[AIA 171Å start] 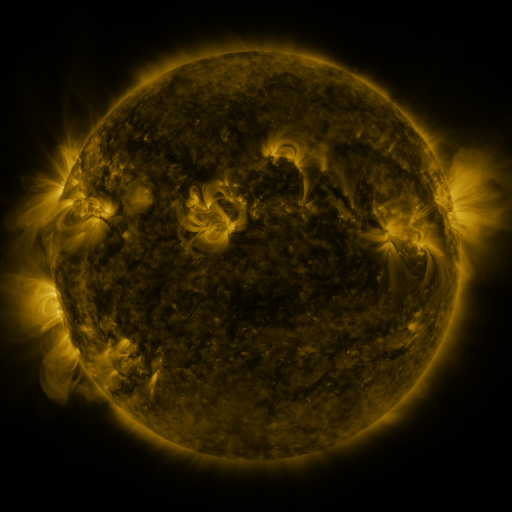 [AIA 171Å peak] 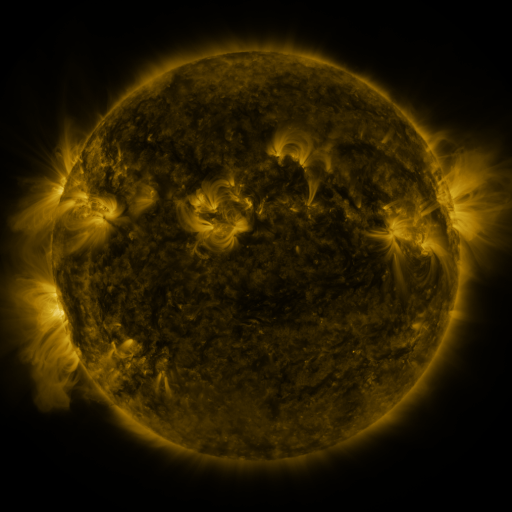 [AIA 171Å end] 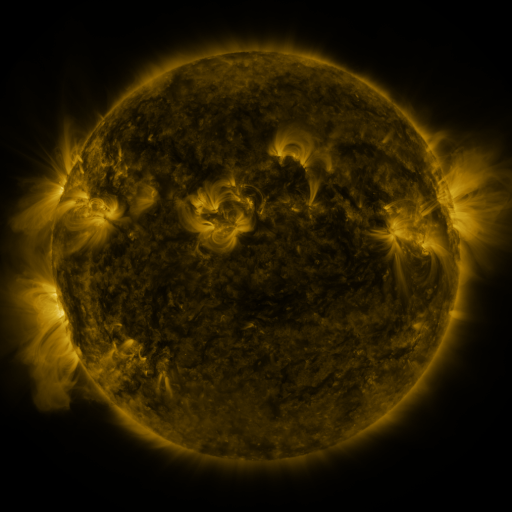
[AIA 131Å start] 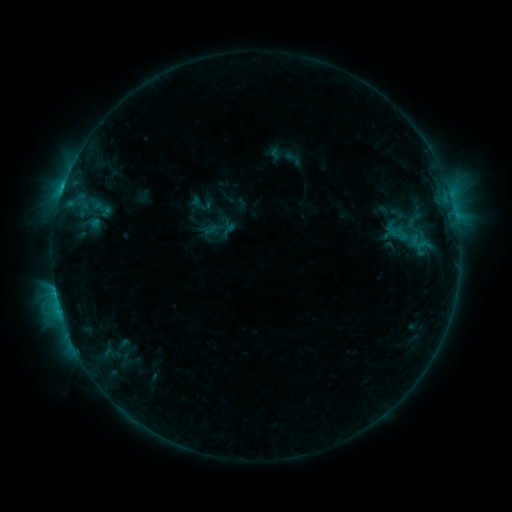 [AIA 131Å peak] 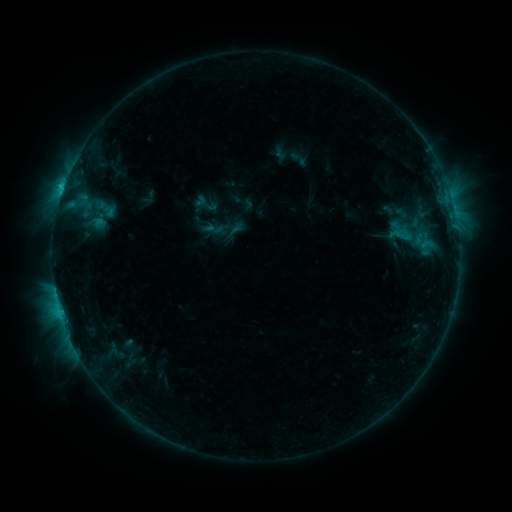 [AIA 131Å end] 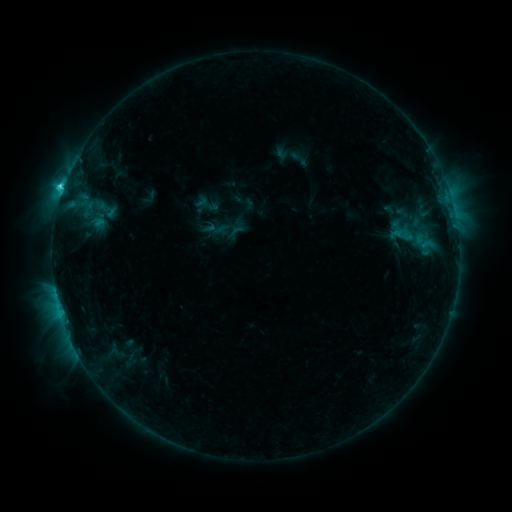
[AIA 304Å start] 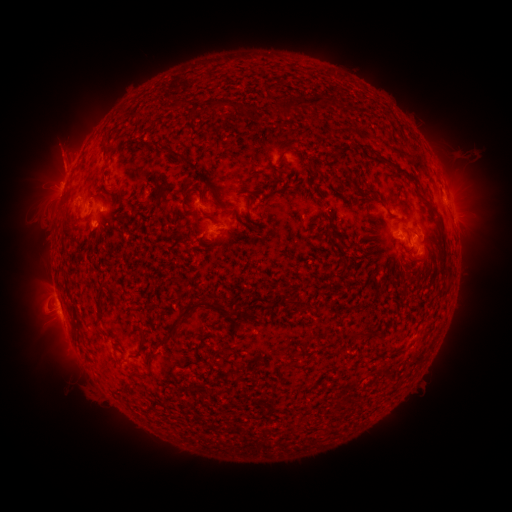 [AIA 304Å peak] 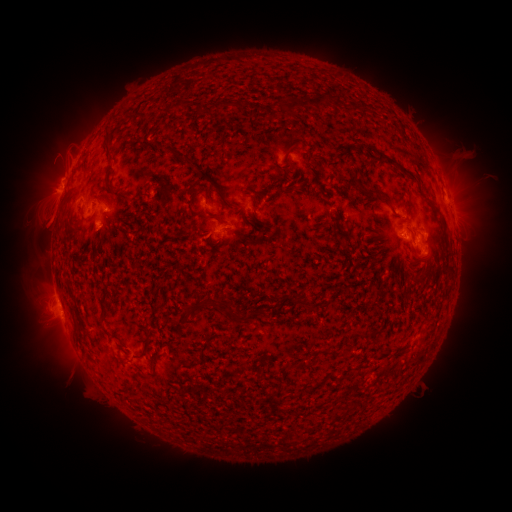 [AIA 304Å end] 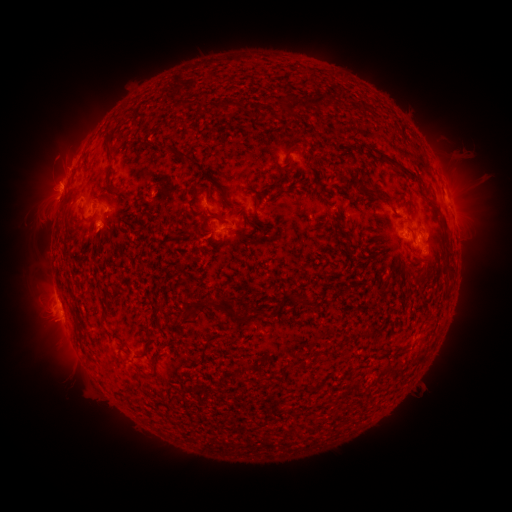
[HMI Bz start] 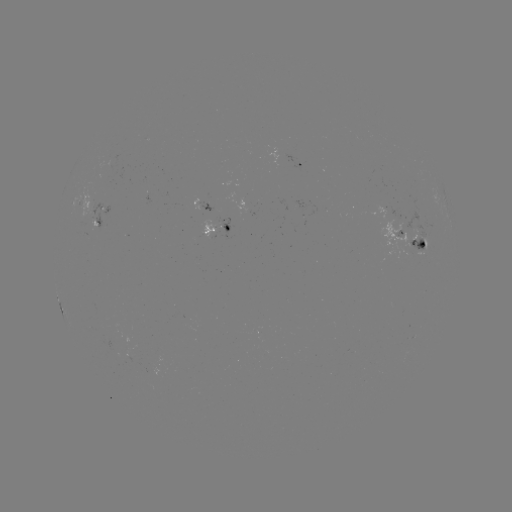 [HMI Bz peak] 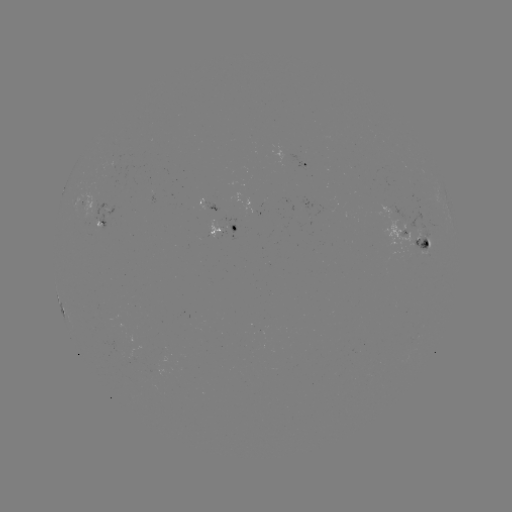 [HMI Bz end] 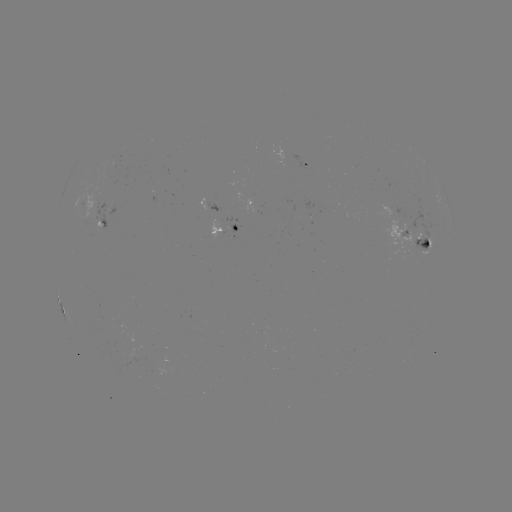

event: emerging-flux region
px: (93, 229)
